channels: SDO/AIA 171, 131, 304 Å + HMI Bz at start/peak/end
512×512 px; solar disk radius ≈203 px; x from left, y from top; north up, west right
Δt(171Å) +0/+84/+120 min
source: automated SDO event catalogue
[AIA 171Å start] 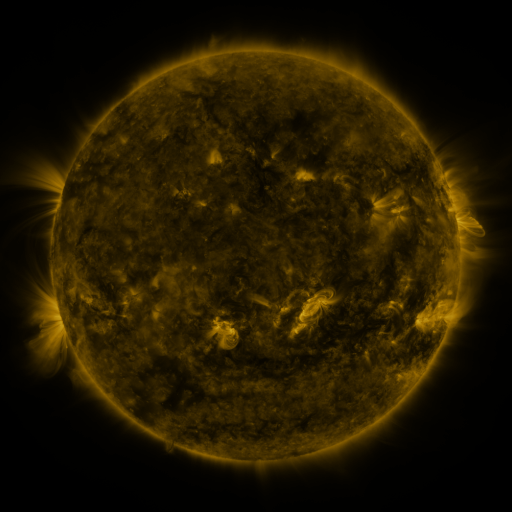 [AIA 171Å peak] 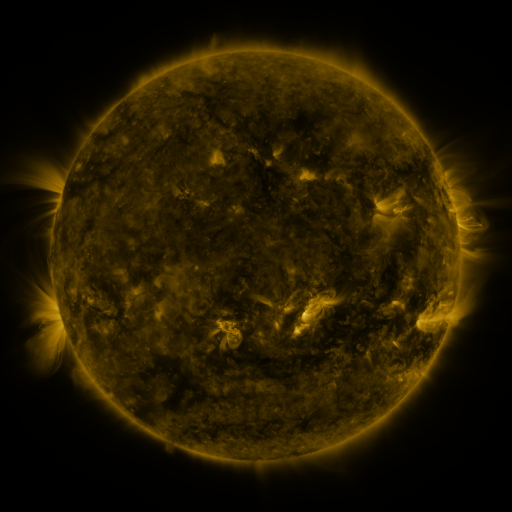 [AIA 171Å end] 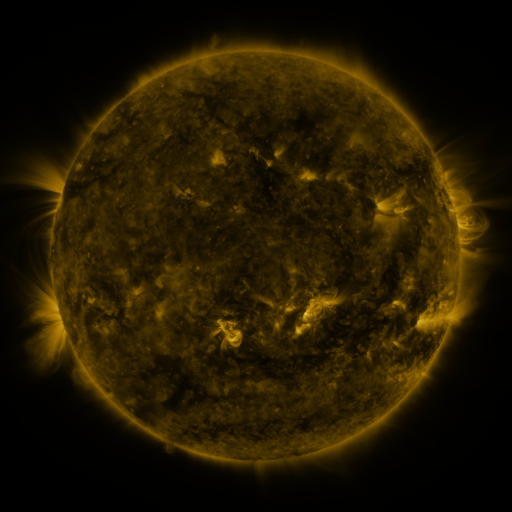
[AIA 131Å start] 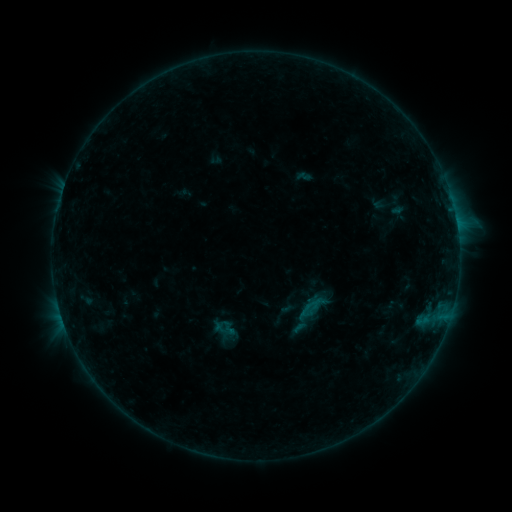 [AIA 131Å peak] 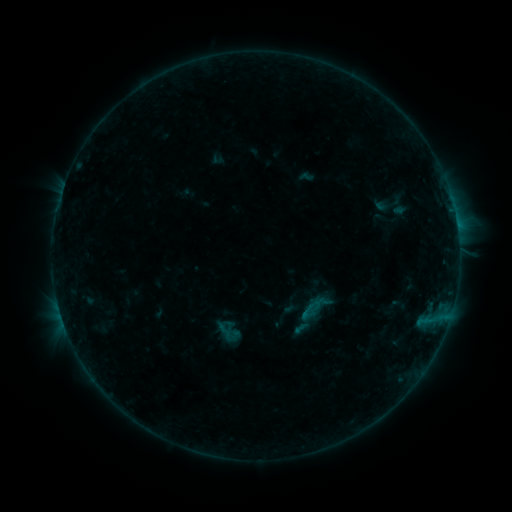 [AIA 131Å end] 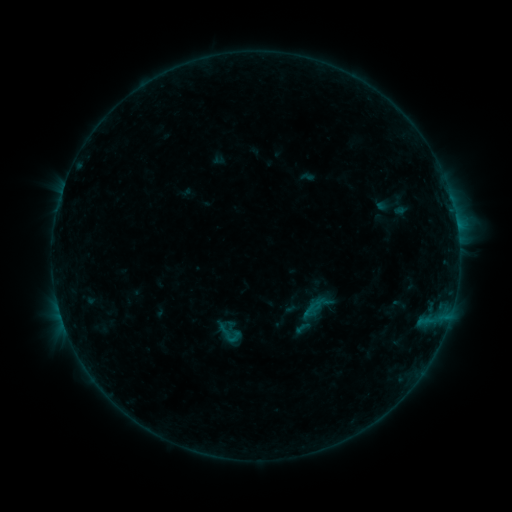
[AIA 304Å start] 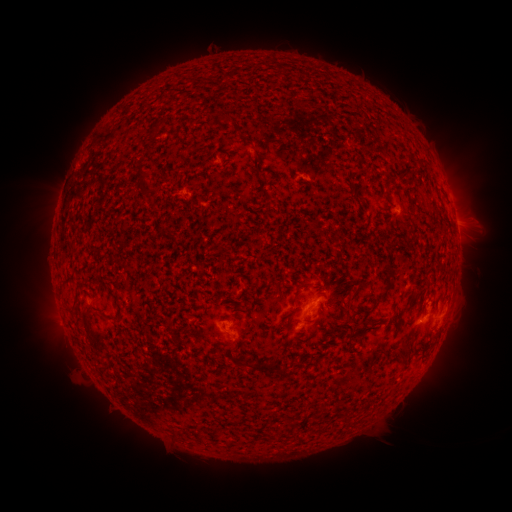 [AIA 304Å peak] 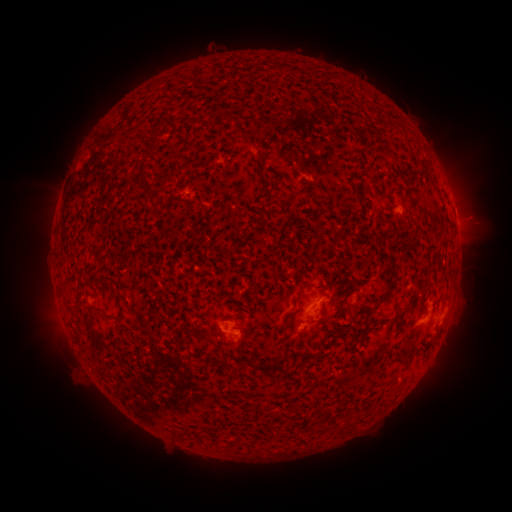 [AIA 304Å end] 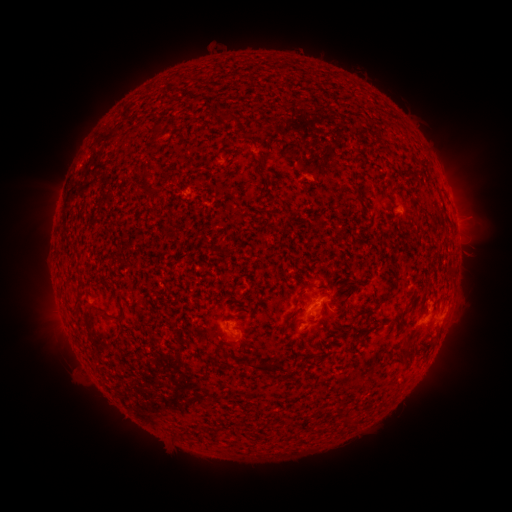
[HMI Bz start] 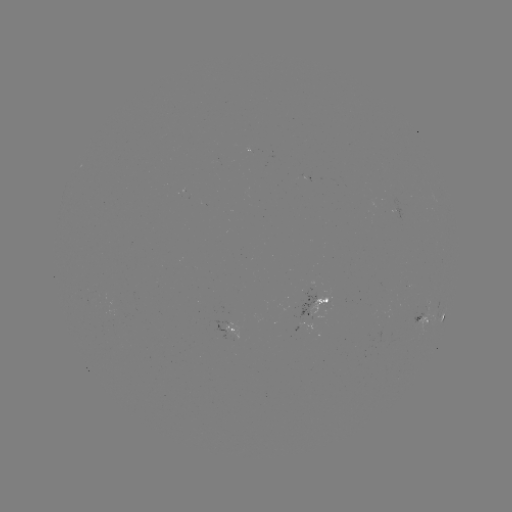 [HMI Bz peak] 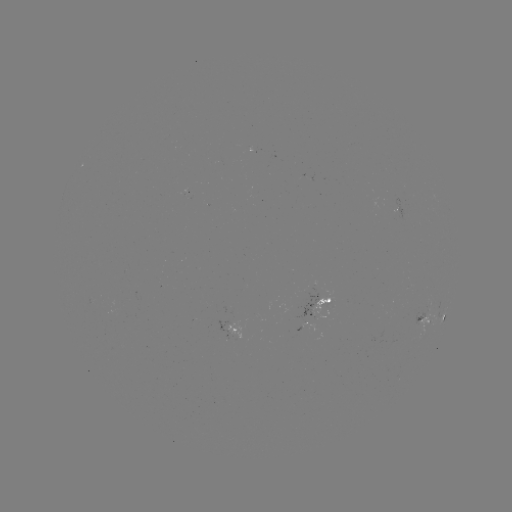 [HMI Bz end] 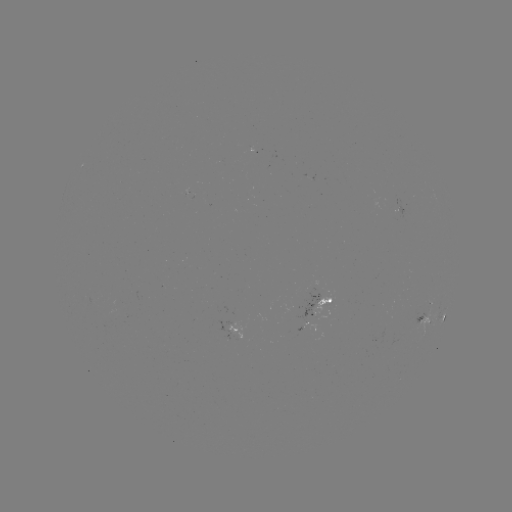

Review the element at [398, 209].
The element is emerging-flux region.